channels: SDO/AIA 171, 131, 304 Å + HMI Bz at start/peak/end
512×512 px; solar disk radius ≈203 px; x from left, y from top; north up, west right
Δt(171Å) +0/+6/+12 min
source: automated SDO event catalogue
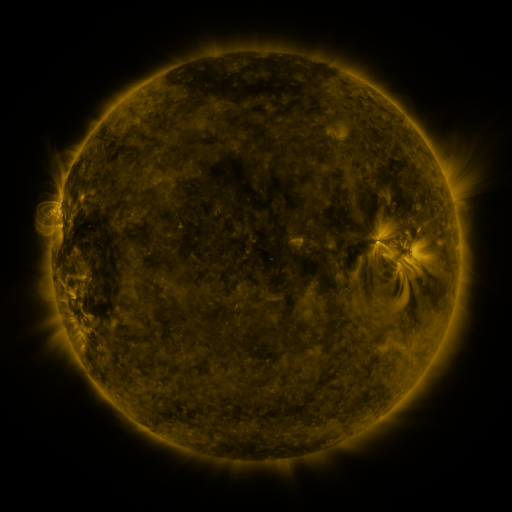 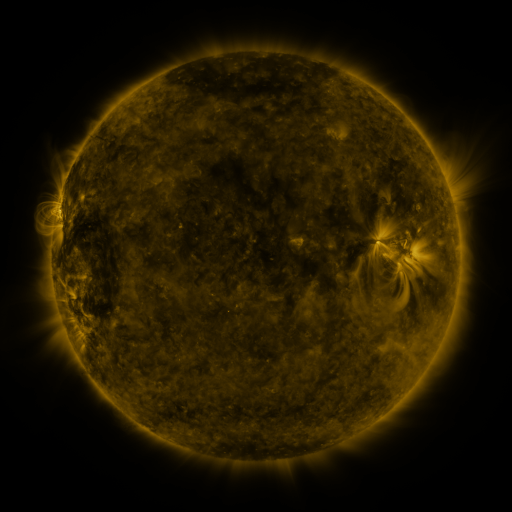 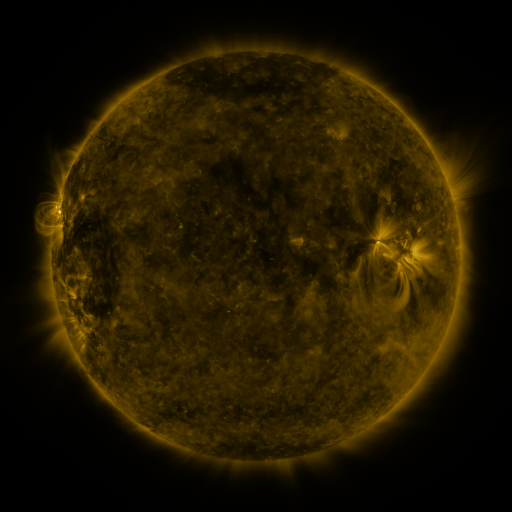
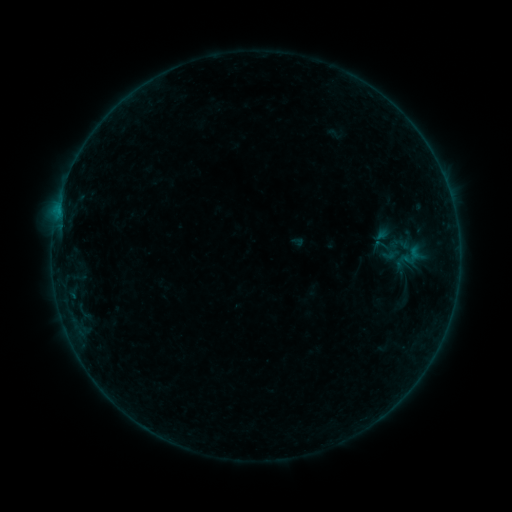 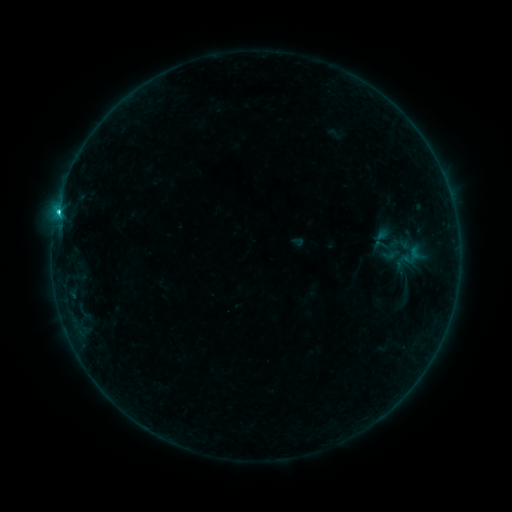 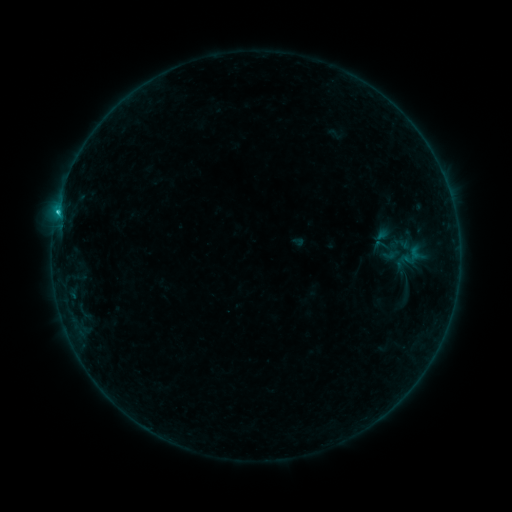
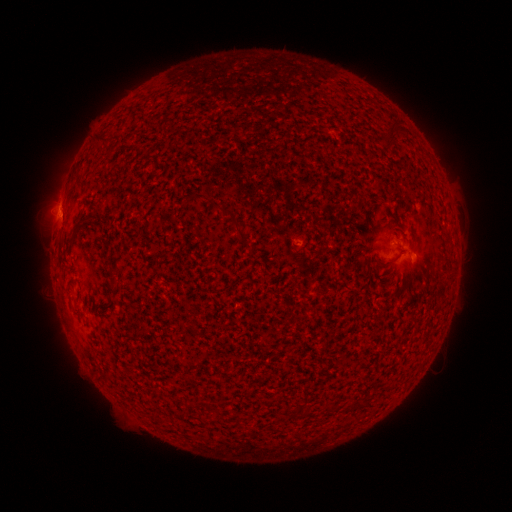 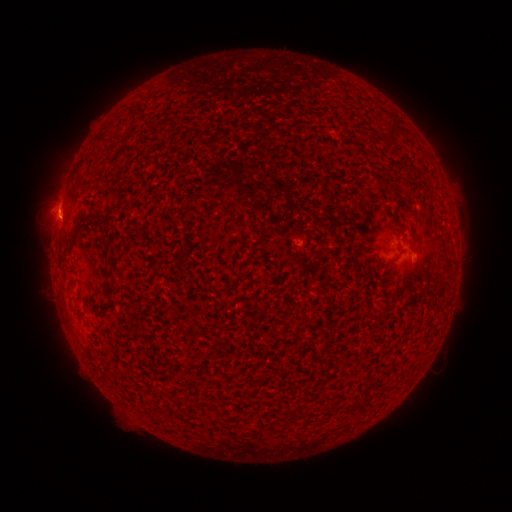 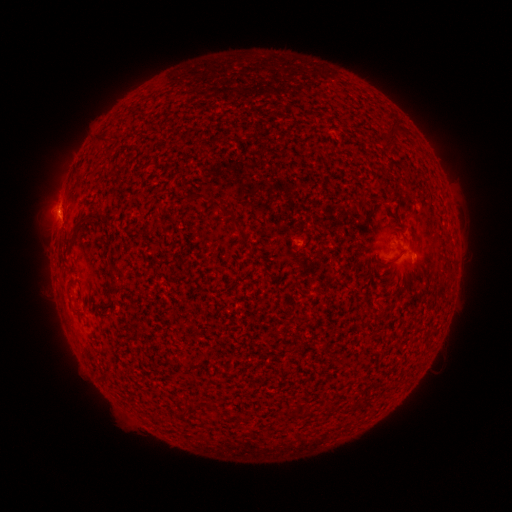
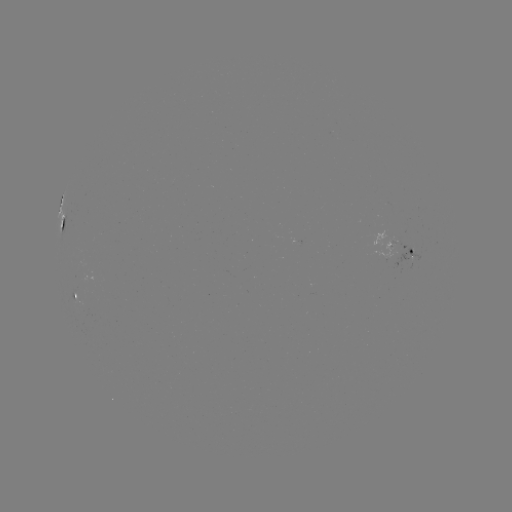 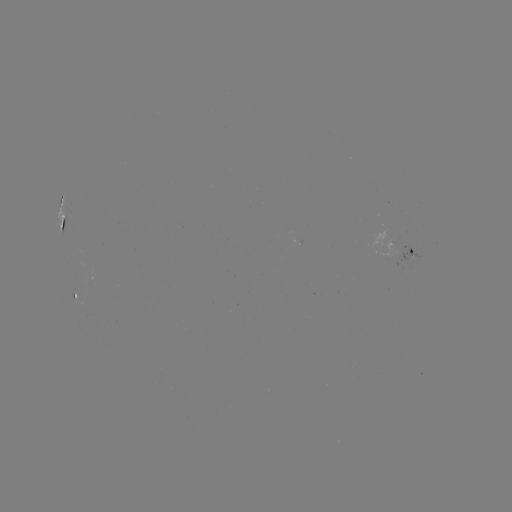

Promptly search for C1.3 flare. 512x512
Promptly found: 58,213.